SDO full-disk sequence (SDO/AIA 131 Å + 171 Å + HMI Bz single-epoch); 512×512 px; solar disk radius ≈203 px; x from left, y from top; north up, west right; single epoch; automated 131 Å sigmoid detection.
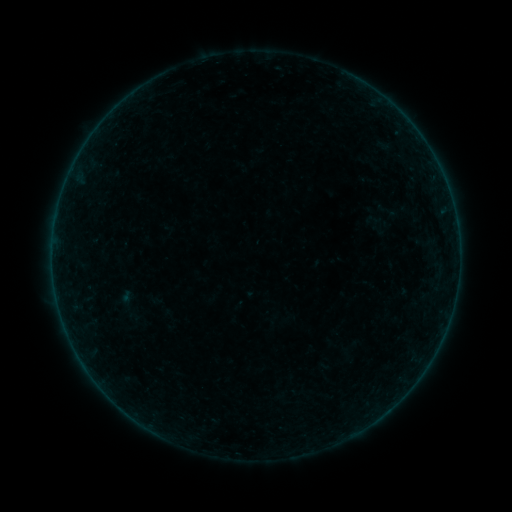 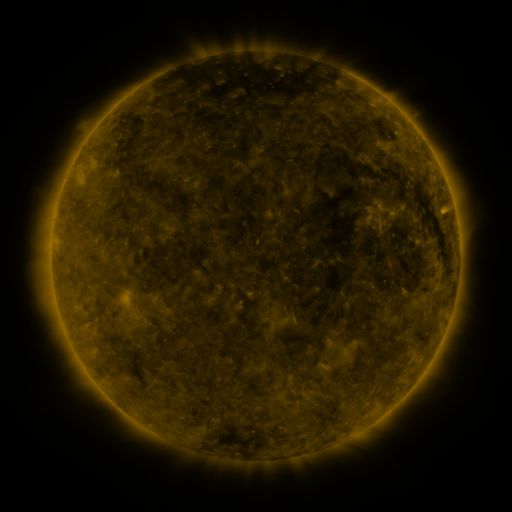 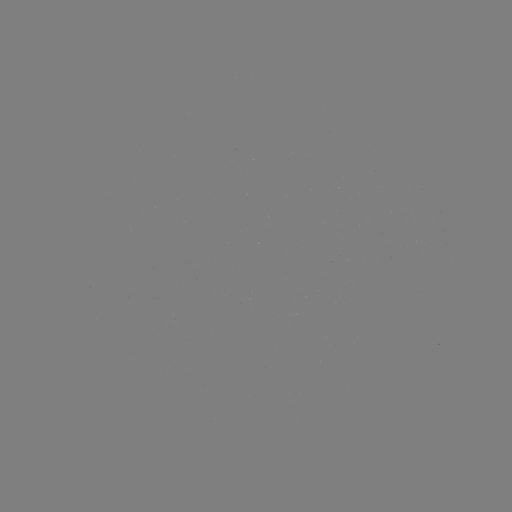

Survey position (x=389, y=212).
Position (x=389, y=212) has sigmoid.